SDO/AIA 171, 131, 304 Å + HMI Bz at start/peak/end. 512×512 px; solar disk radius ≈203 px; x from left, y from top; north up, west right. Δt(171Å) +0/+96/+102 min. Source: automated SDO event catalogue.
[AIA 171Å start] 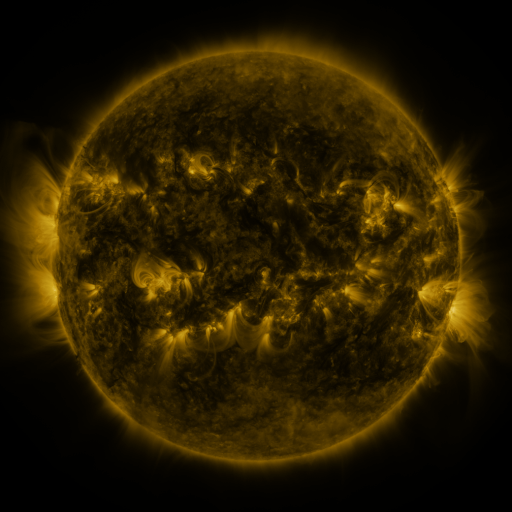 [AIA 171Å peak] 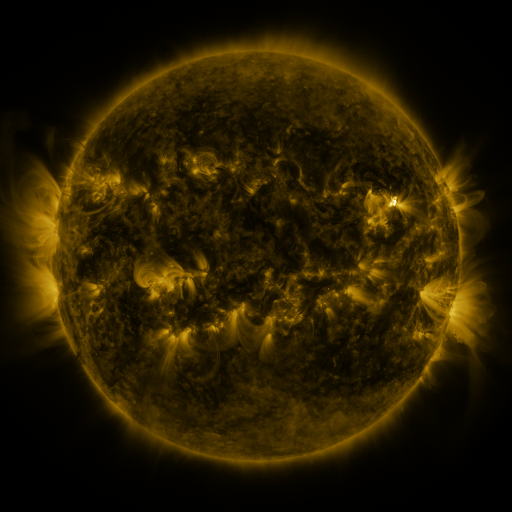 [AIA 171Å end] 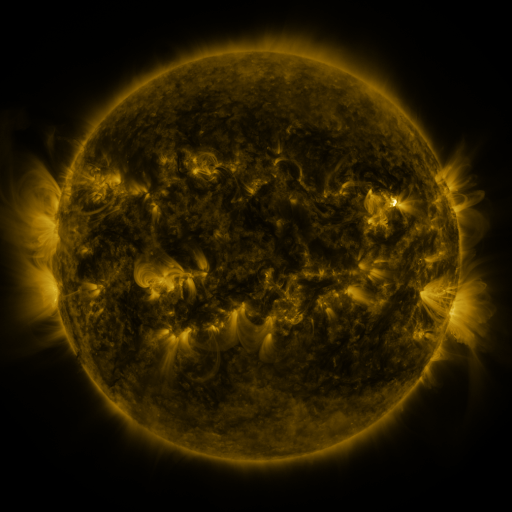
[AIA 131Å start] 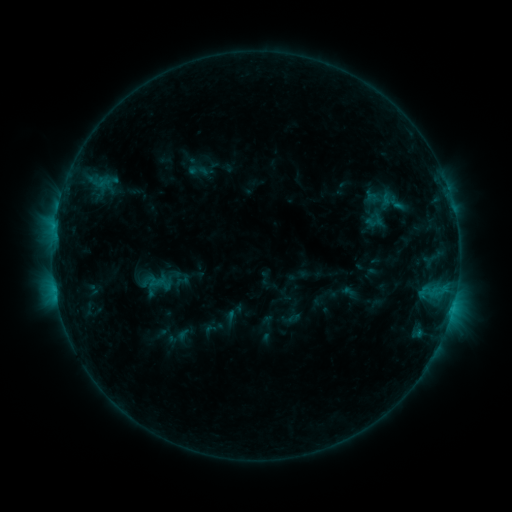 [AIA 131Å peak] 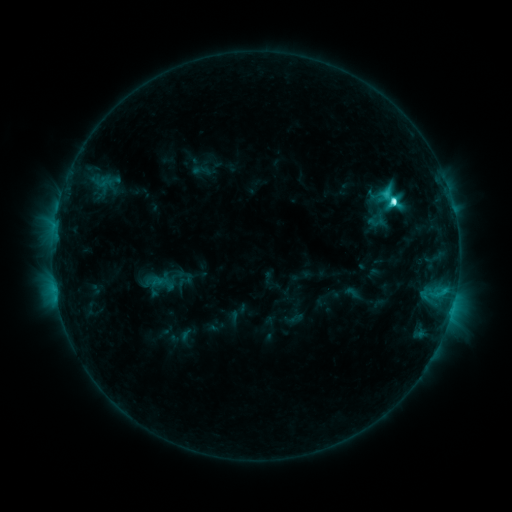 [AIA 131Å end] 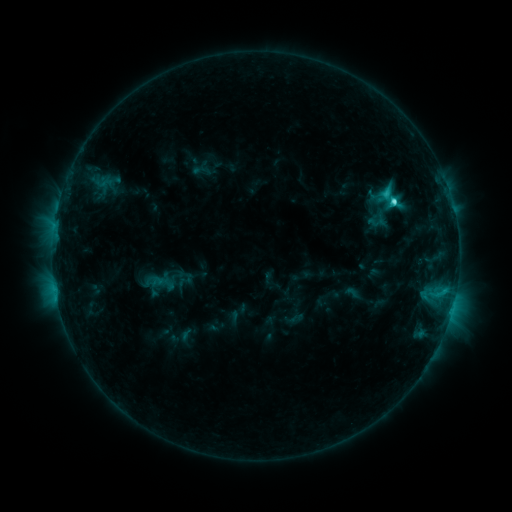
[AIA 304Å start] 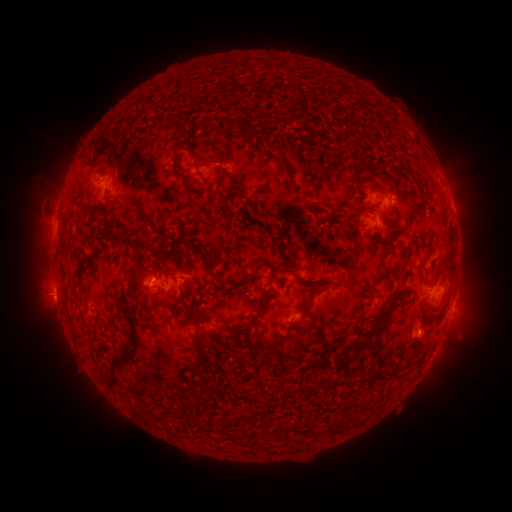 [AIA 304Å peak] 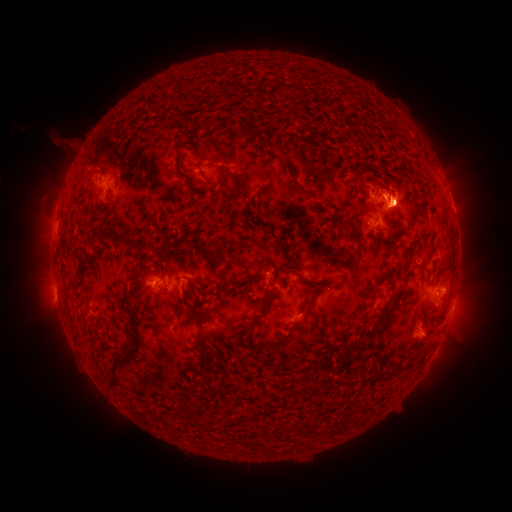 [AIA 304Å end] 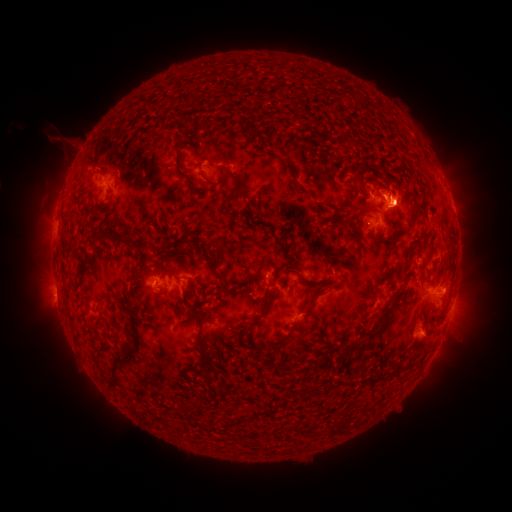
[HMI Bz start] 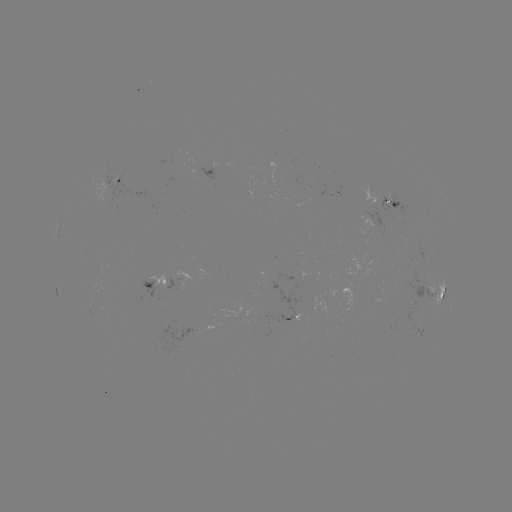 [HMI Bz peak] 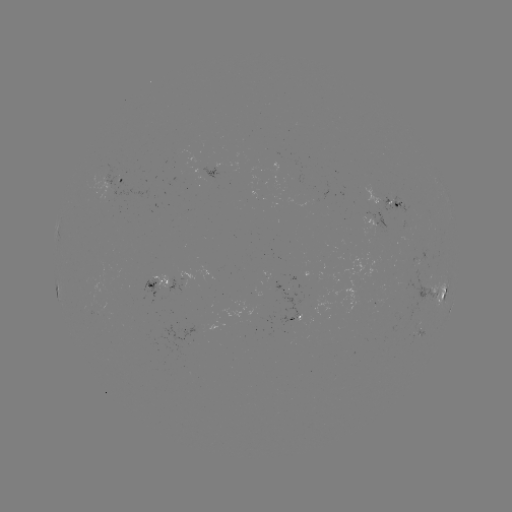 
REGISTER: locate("C5.6 flare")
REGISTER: (392, 203)